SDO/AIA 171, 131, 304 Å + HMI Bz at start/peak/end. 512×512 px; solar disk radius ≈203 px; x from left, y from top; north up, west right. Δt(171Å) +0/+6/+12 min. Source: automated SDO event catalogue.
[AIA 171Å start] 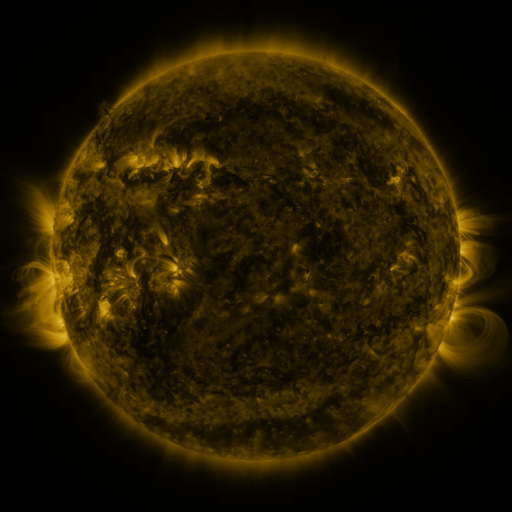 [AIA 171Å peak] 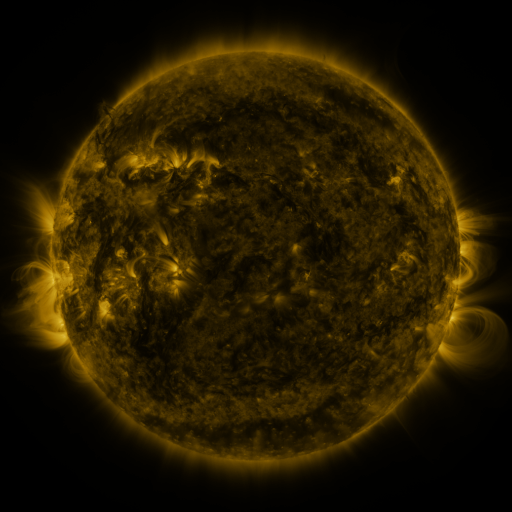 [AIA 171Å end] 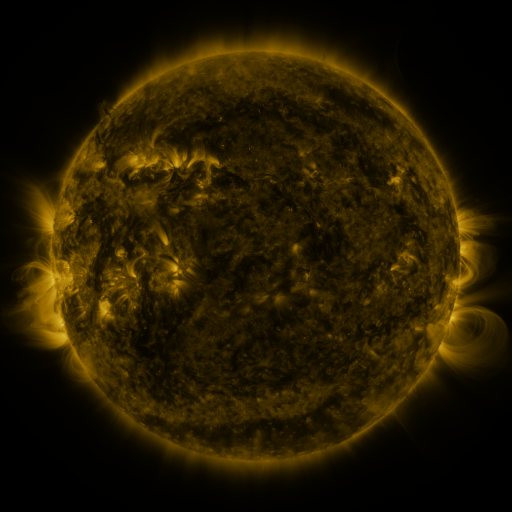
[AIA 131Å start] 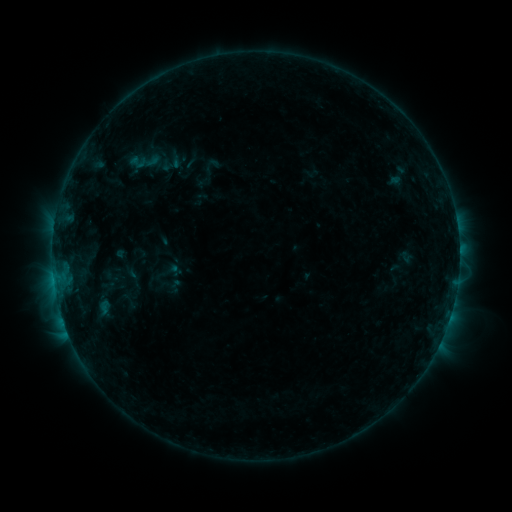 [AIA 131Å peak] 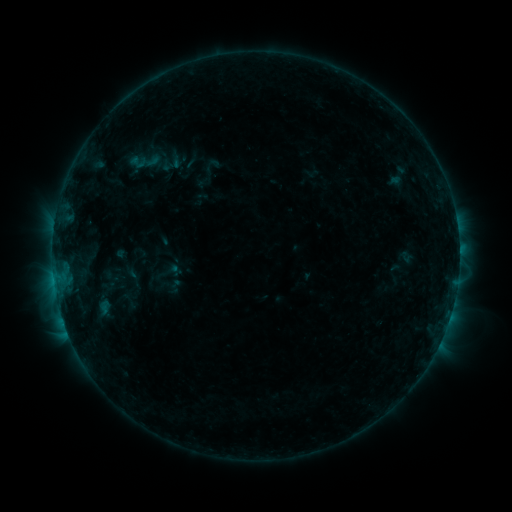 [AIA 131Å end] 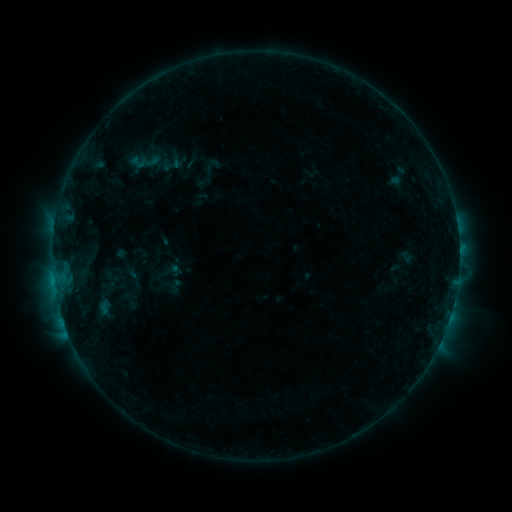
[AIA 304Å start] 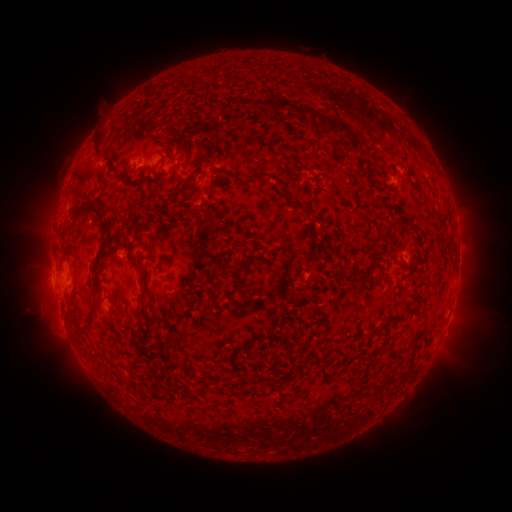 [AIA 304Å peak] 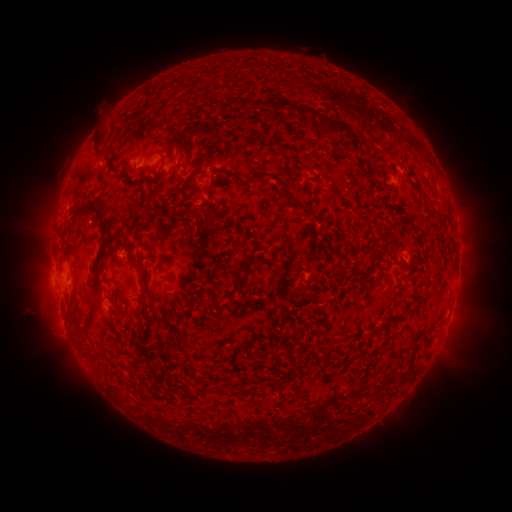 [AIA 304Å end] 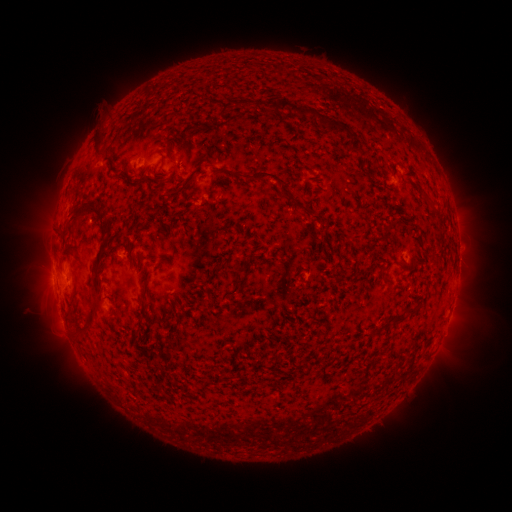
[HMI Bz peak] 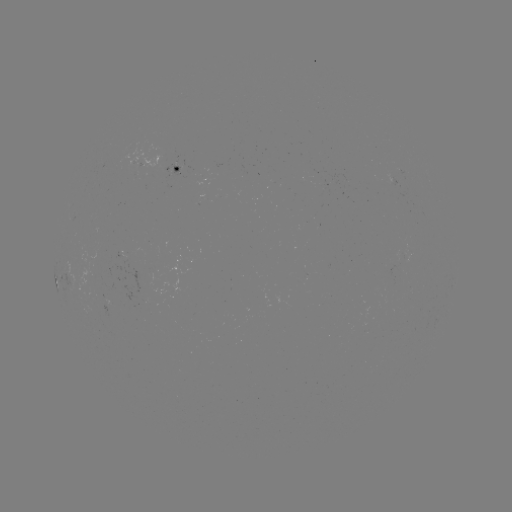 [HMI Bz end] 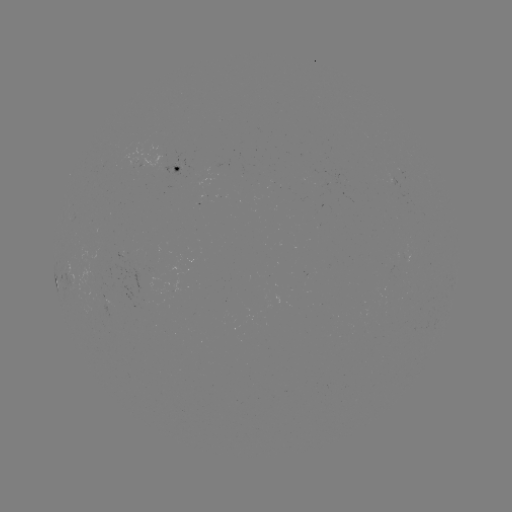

nothing was catalogued: no classed flare, no EUV trigger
